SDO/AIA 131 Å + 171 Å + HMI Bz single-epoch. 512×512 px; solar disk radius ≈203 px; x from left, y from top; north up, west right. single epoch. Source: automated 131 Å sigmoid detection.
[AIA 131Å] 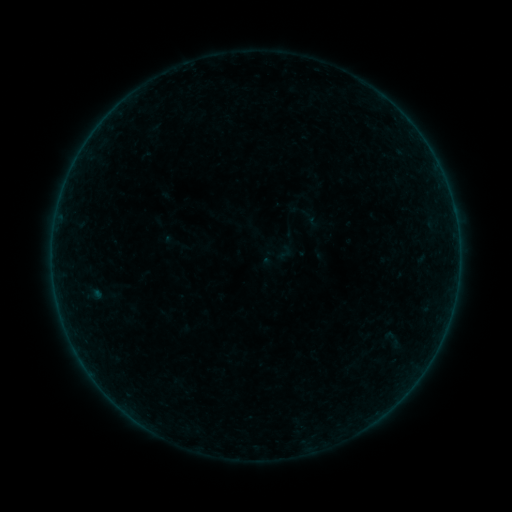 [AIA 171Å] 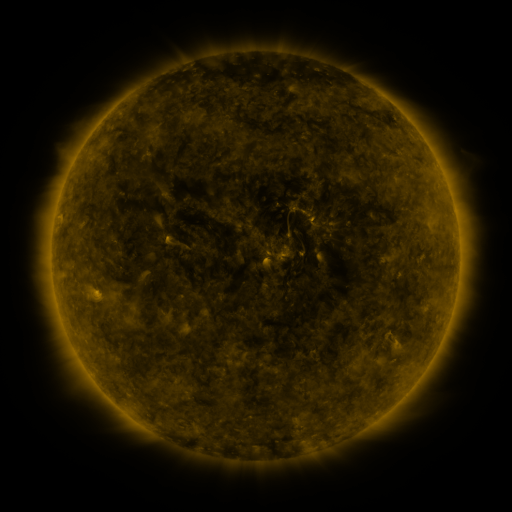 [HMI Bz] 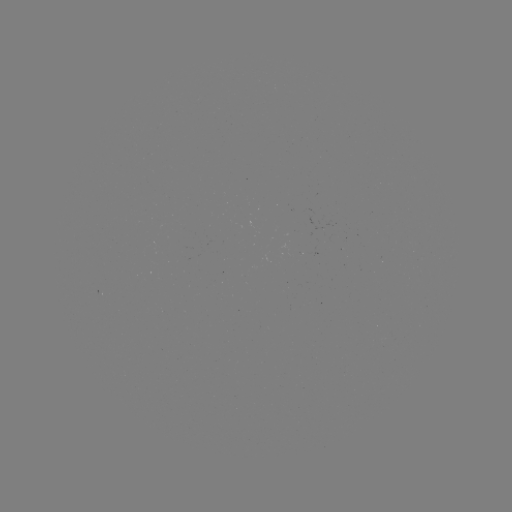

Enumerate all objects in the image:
sigmoid: (285, 253)
